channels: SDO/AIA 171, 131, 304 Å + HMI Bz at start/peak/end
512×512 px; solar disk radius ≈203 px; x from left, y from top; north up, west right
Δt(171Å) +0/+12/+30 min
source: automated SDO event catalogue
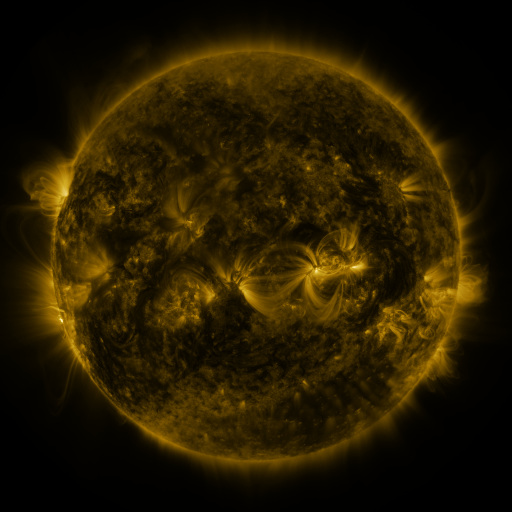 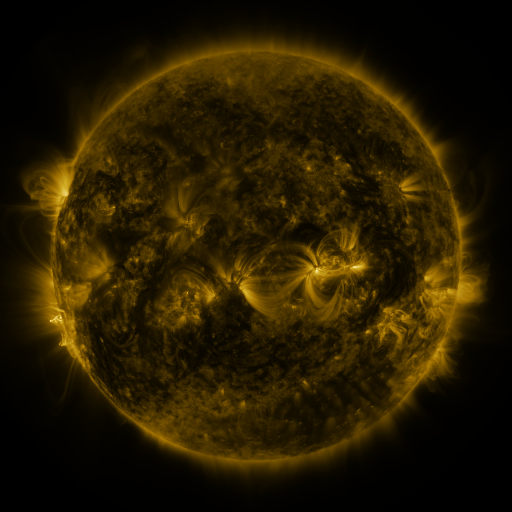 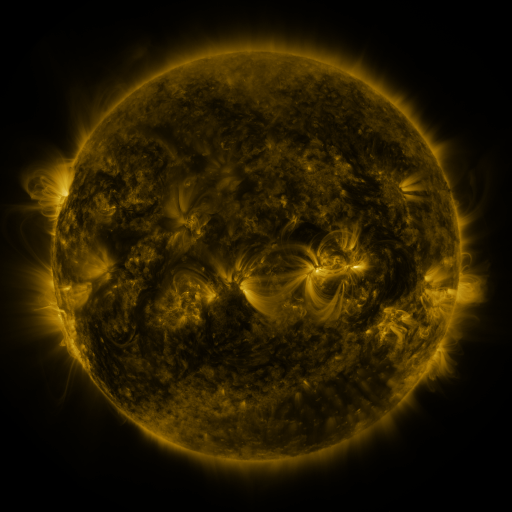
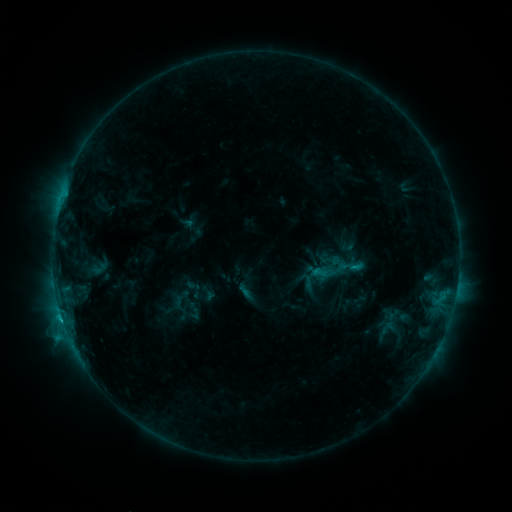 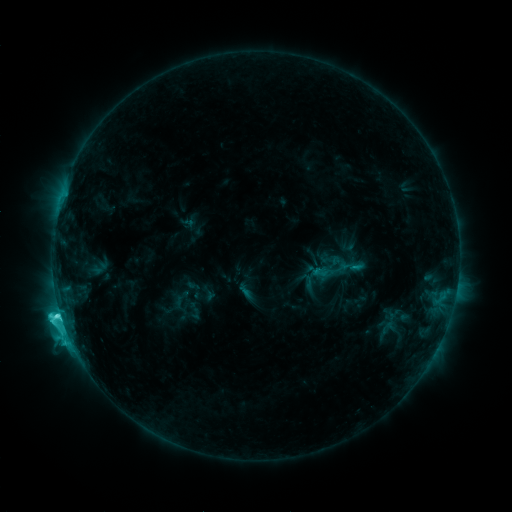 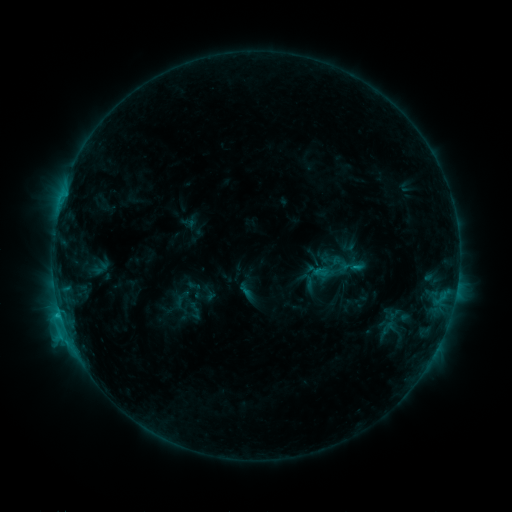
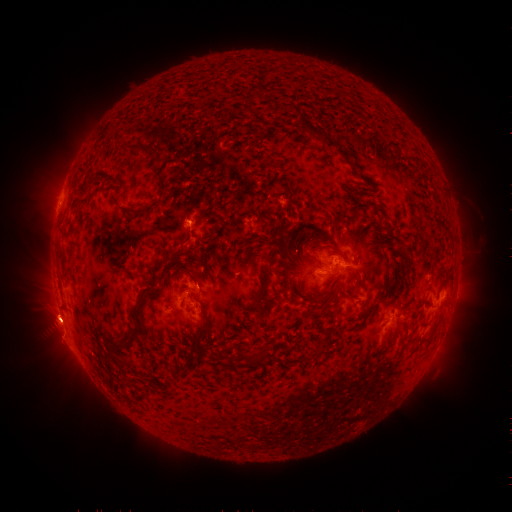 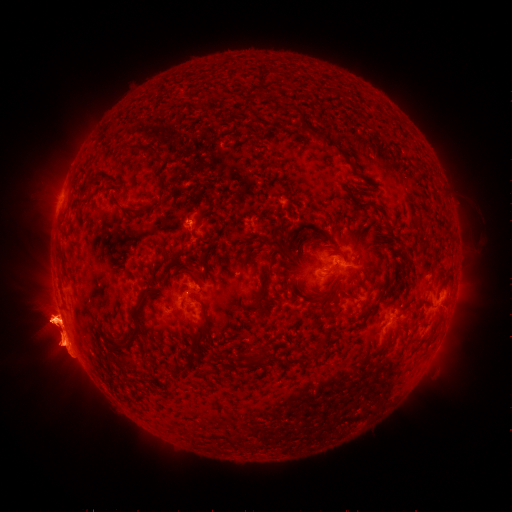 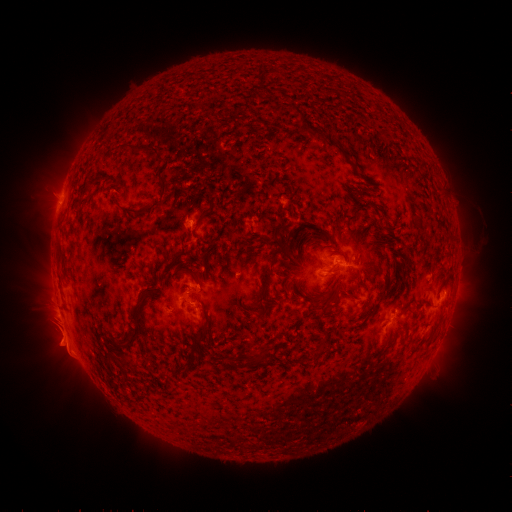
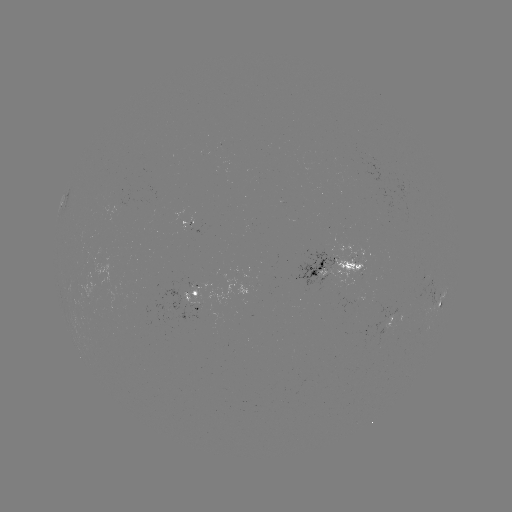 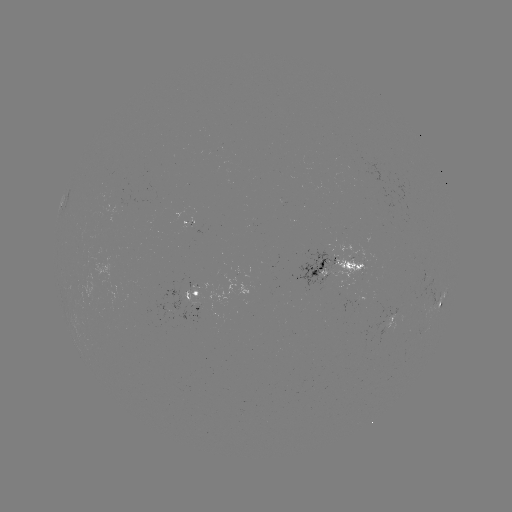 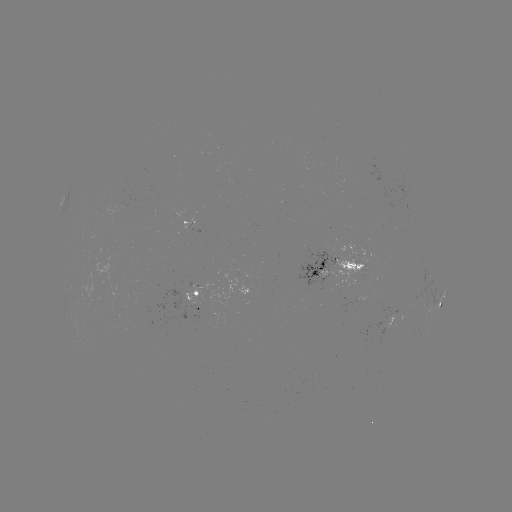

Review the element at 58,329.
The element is eruption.